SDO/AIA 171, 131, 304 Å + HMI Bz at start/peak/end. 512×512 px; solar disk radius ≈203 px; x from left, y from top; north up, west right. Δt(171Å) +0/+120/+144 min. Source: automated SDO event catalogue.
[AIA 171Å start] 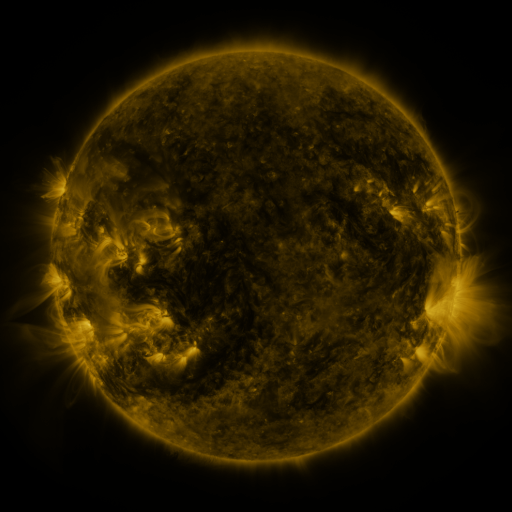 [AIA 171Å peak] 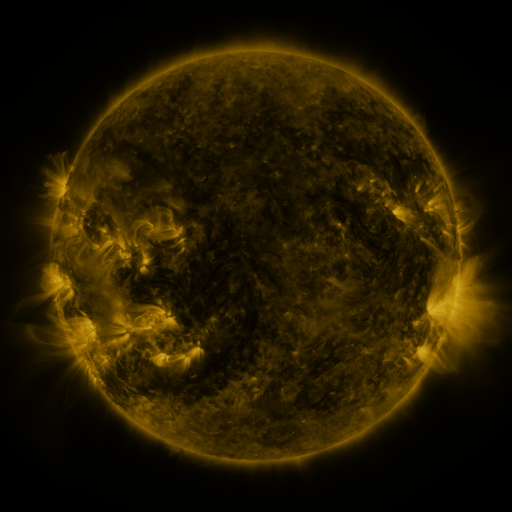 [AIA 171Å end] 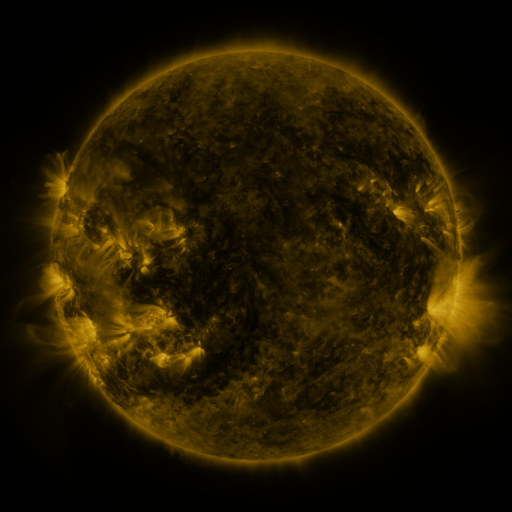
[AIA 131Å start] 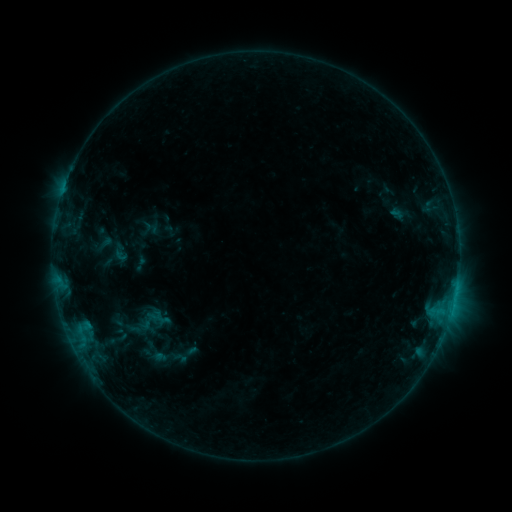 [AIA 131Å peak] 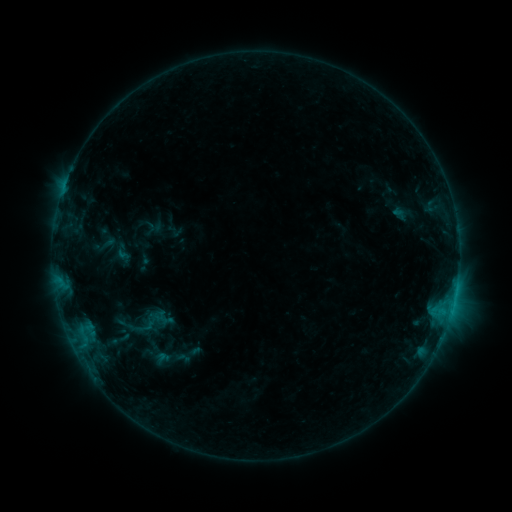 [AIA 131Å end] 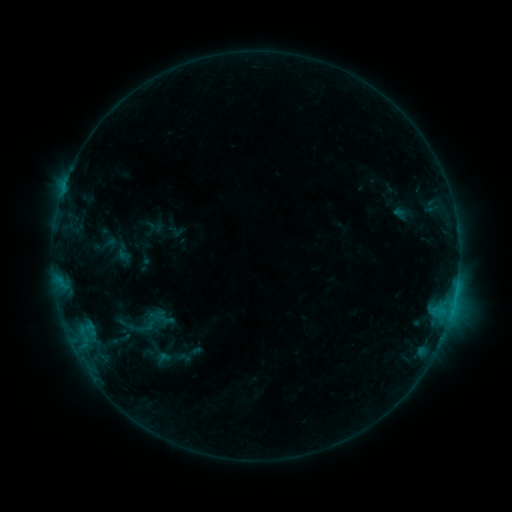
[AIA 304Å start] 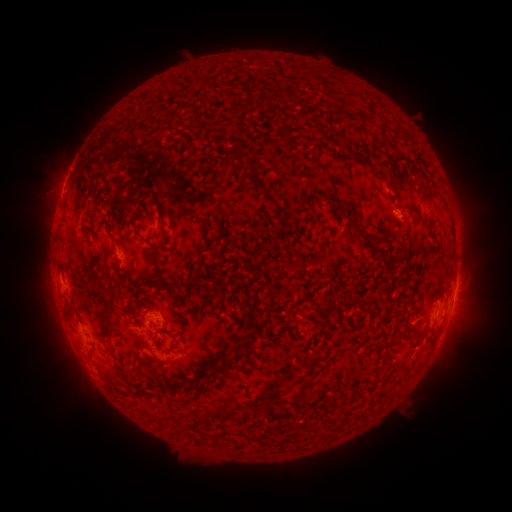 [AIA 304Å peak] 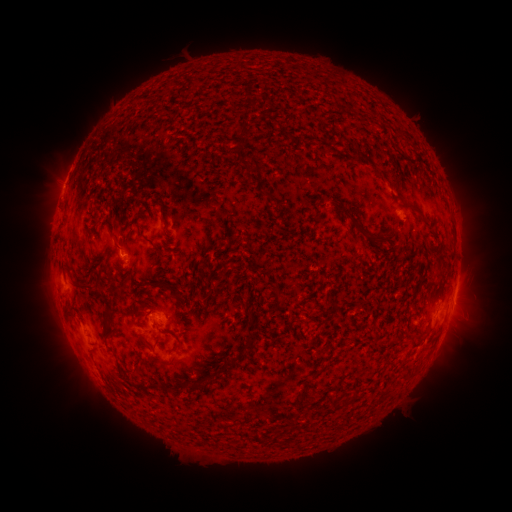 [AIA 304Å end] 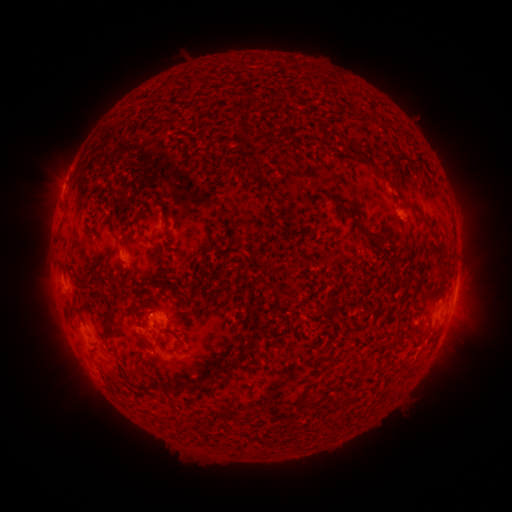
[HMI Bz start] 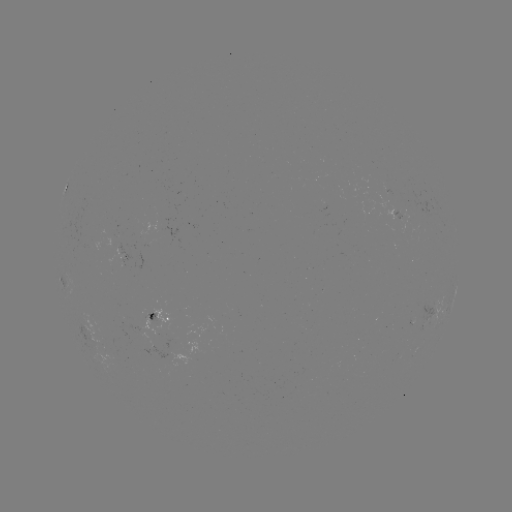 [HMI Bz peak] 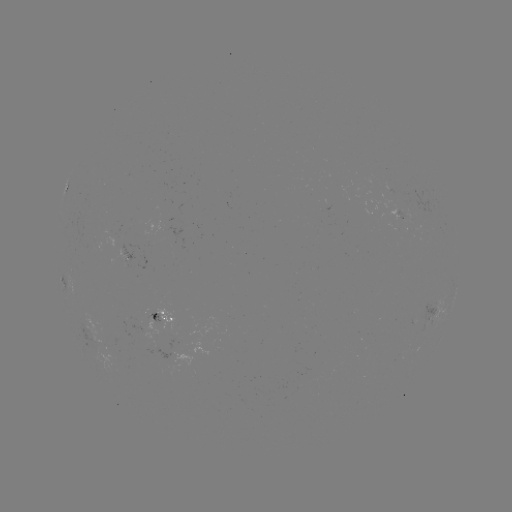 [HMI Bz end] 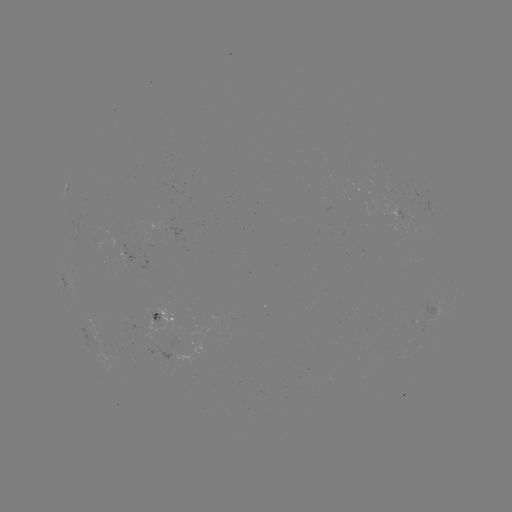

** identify emerging-flux region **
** [108, 334] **